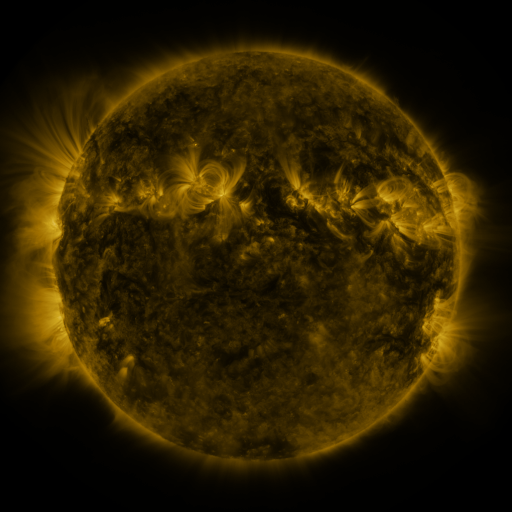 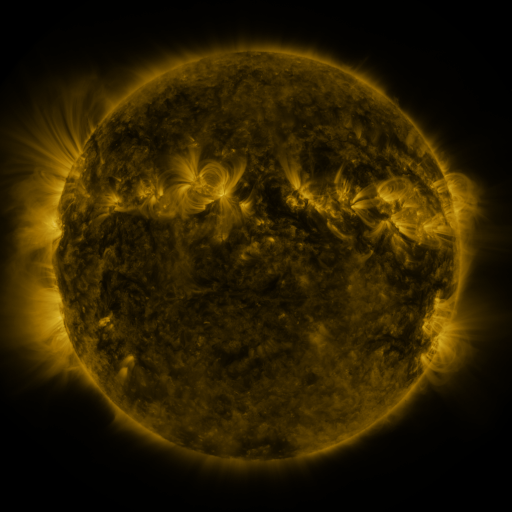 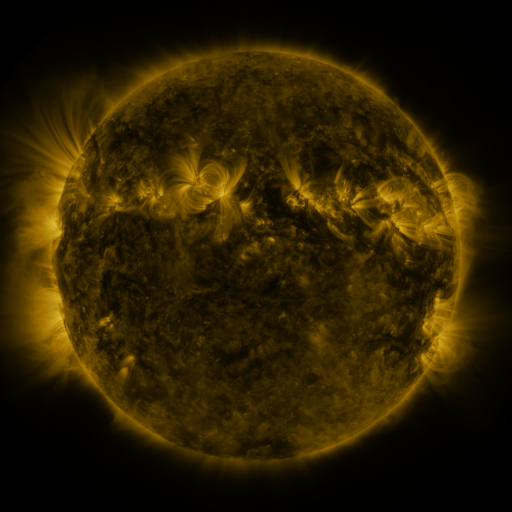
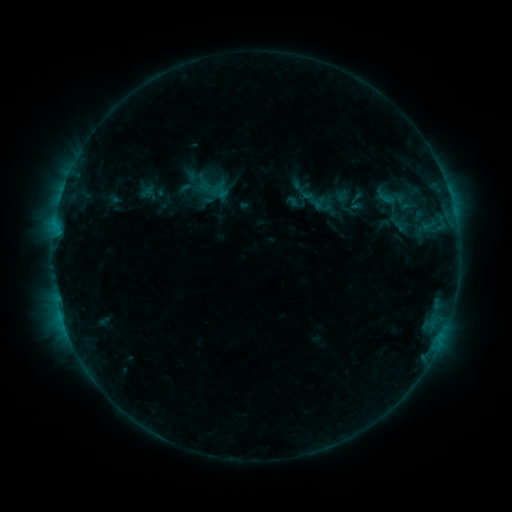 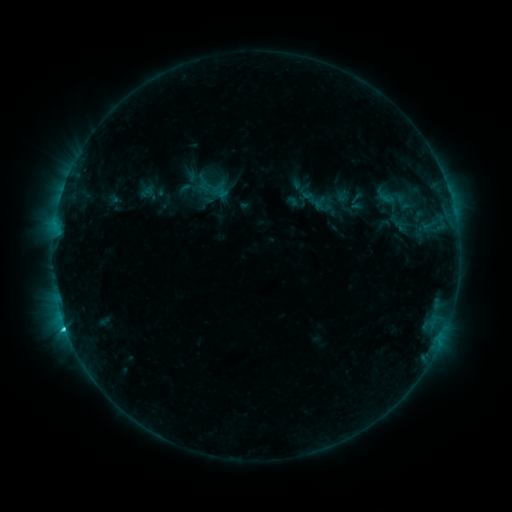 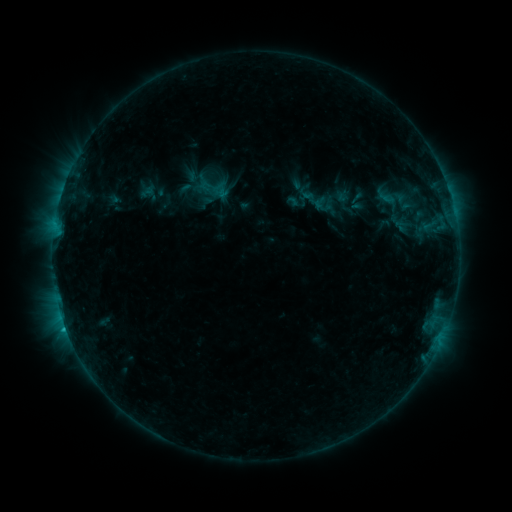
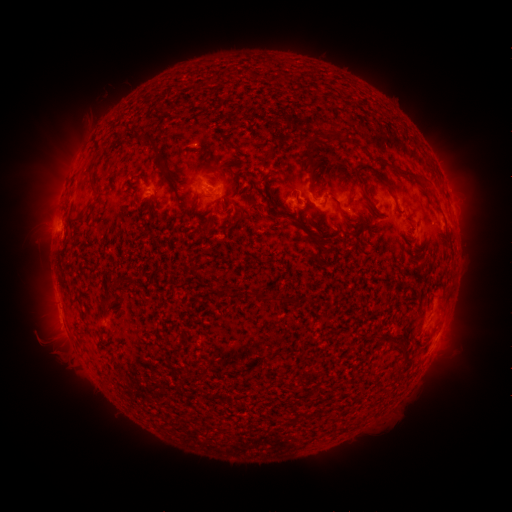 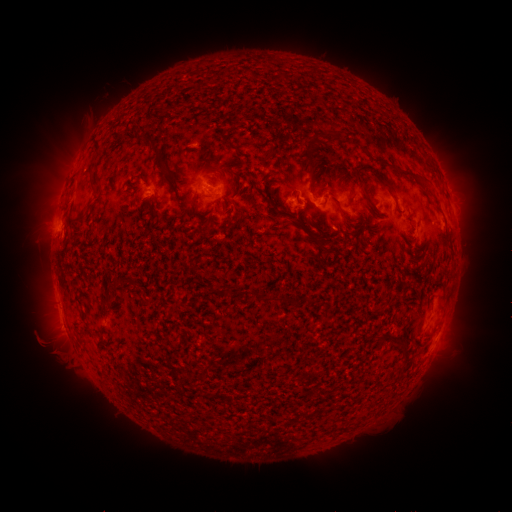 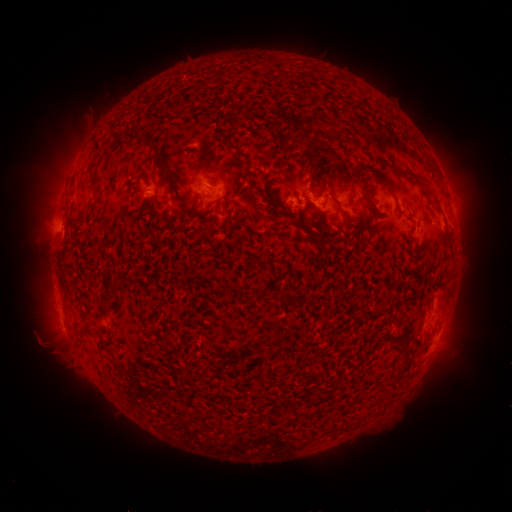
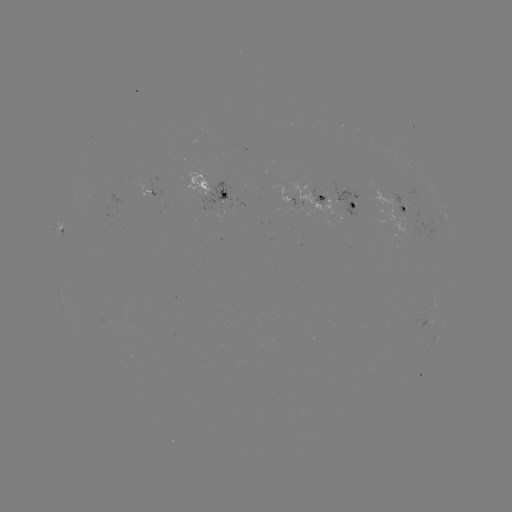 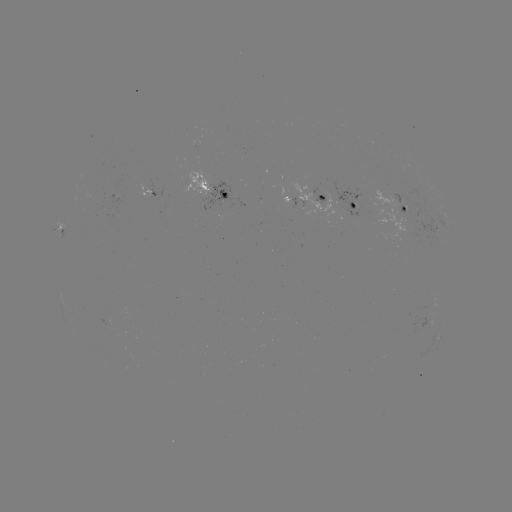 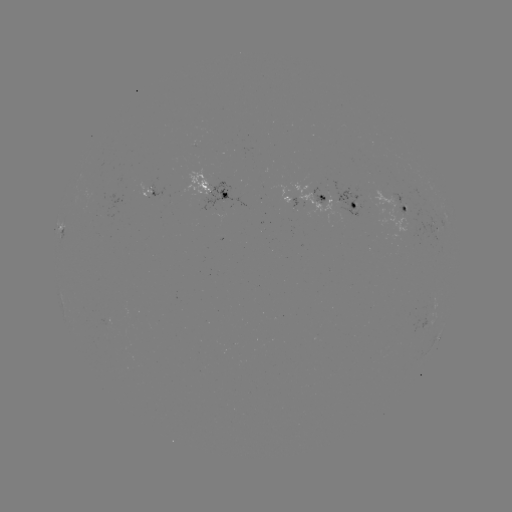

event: flare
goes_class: C1.5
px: (66, 328)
